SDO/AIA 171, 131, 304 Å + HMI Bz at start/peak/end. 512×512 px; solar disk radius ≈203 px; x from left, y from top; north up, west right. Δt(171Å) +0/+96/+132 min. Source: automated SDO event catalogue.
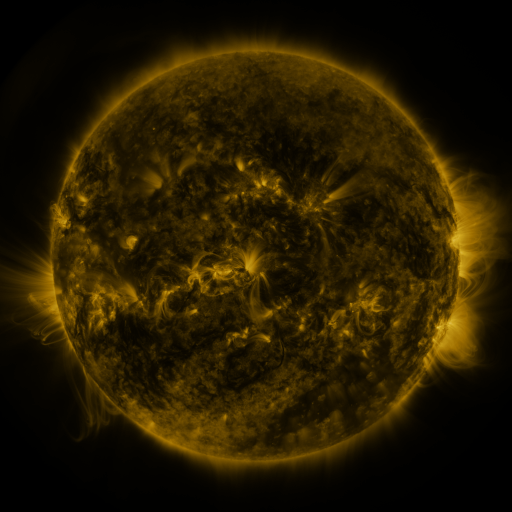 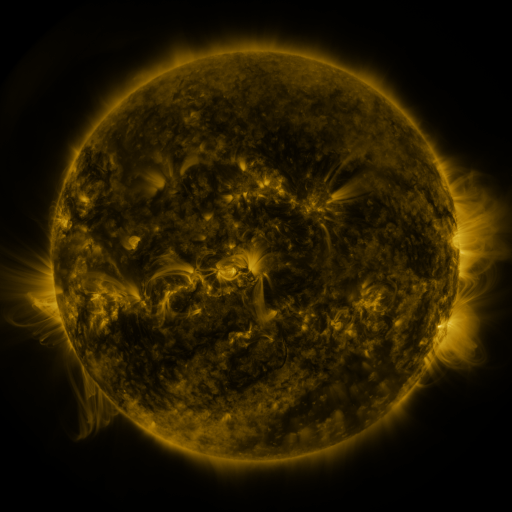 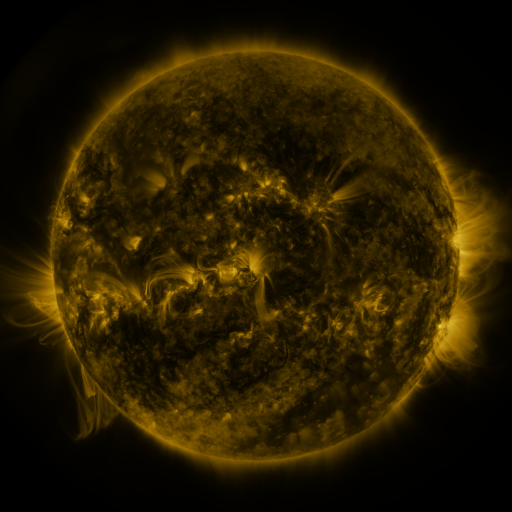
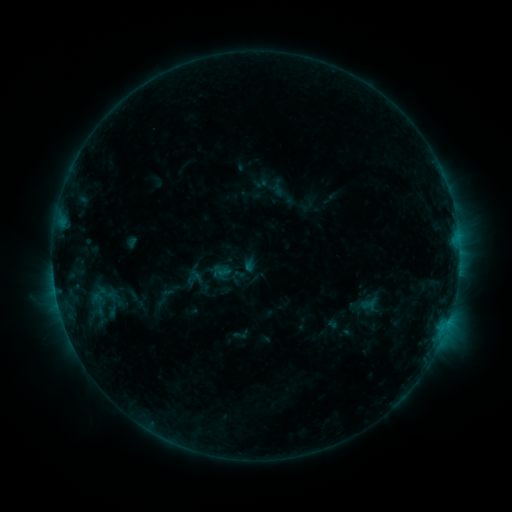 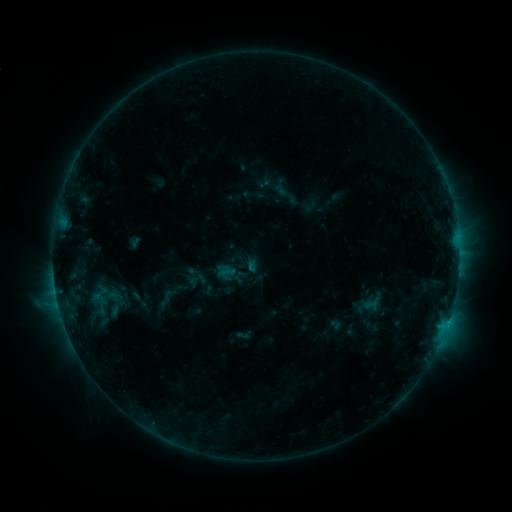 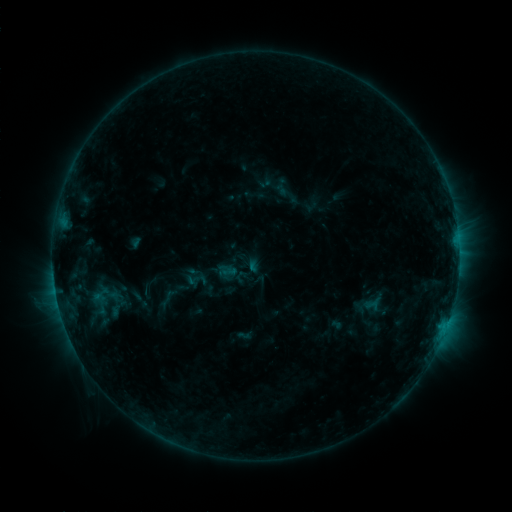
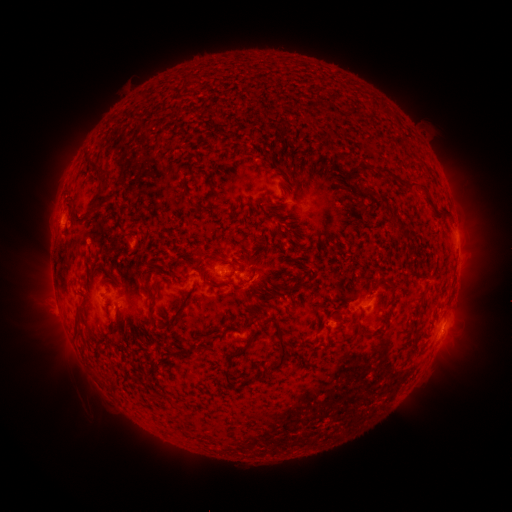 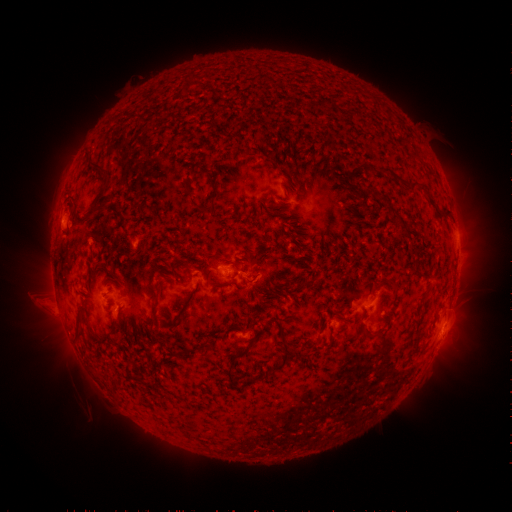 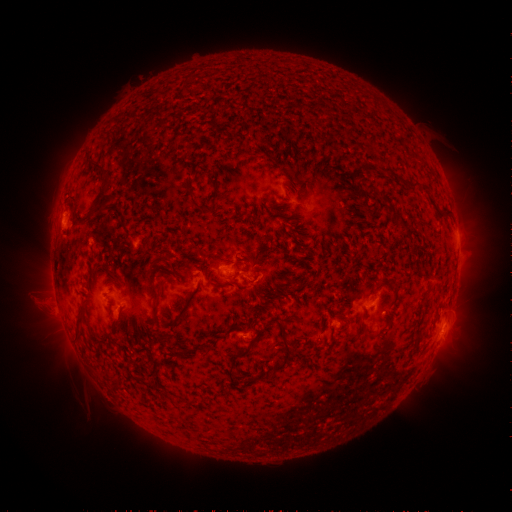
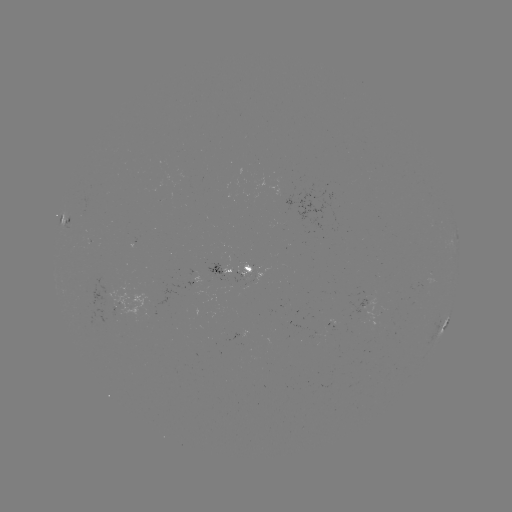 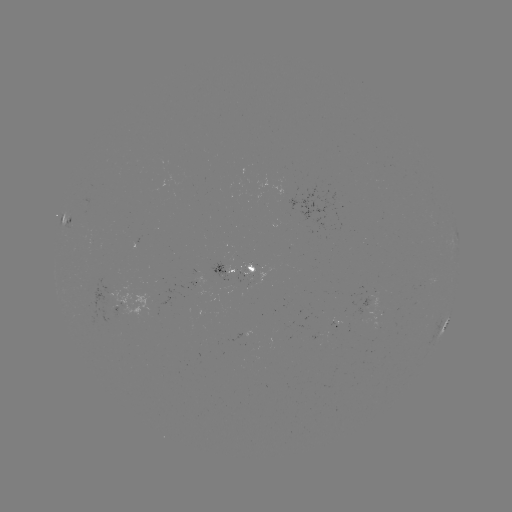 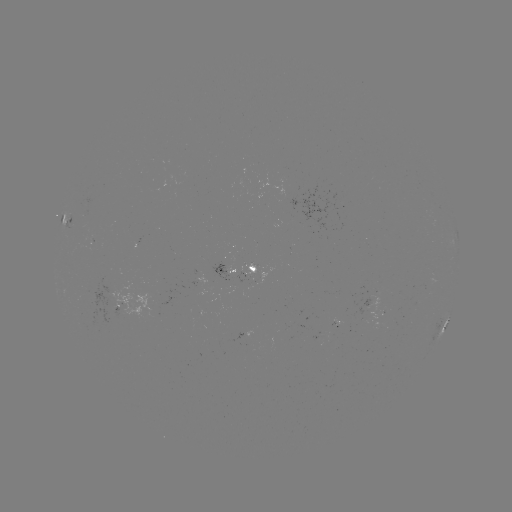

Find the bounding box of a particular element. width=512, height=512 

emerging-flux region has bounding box [102, 284, 161, 318].